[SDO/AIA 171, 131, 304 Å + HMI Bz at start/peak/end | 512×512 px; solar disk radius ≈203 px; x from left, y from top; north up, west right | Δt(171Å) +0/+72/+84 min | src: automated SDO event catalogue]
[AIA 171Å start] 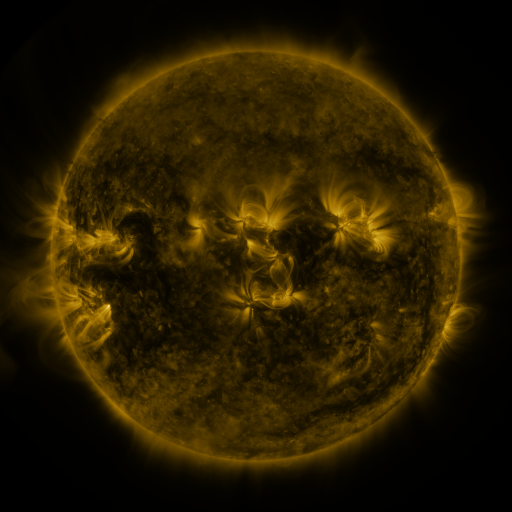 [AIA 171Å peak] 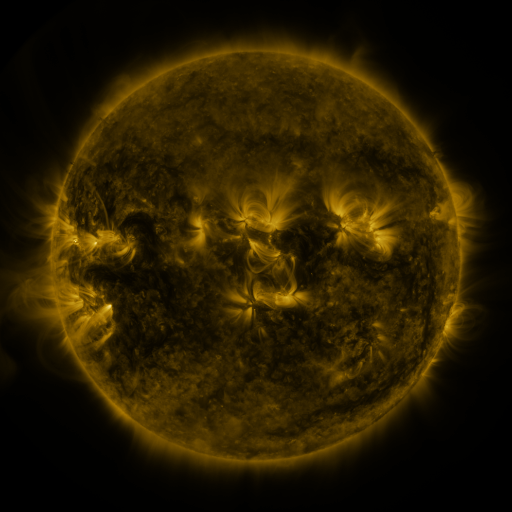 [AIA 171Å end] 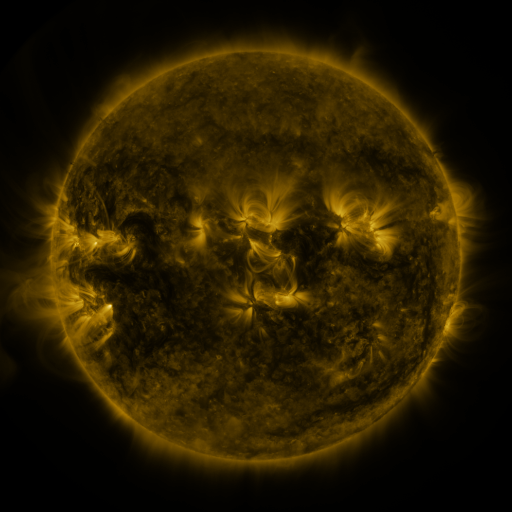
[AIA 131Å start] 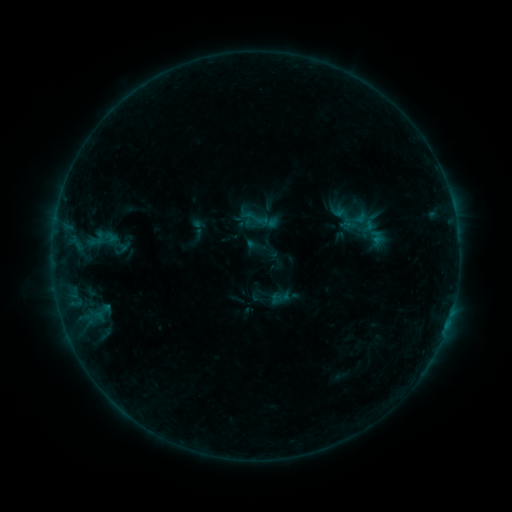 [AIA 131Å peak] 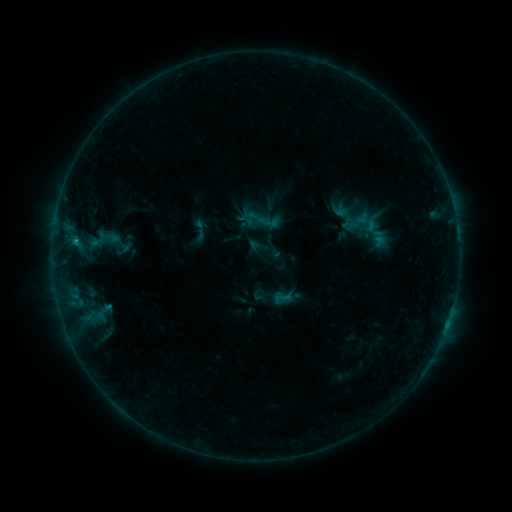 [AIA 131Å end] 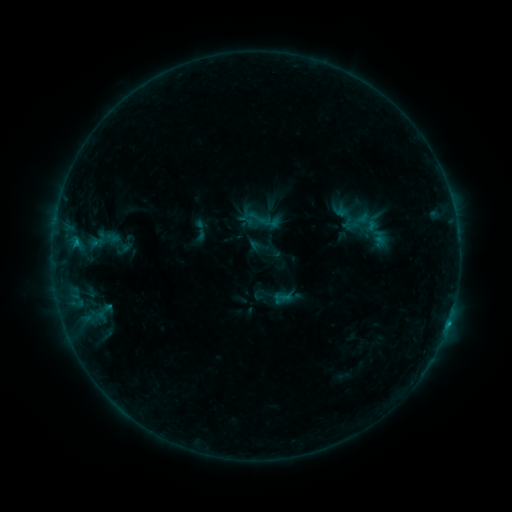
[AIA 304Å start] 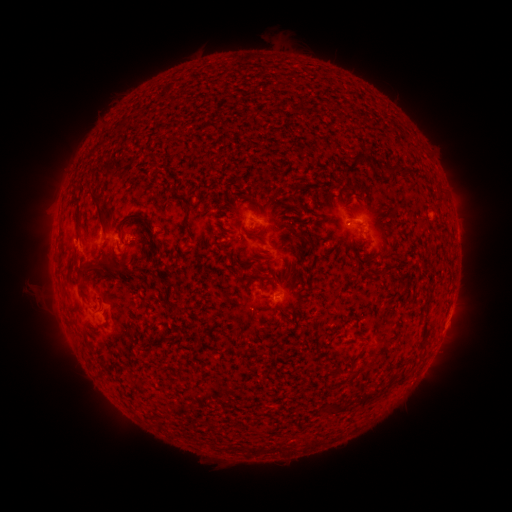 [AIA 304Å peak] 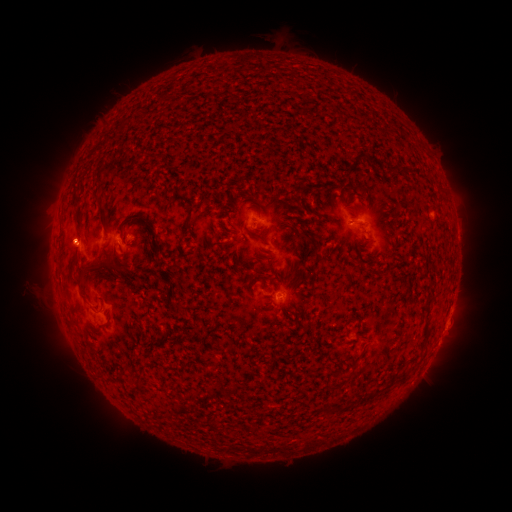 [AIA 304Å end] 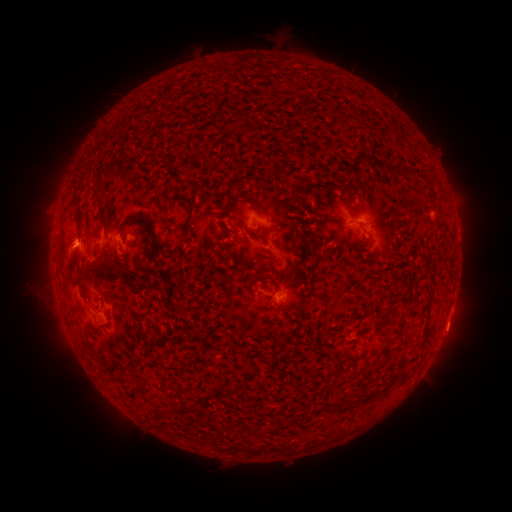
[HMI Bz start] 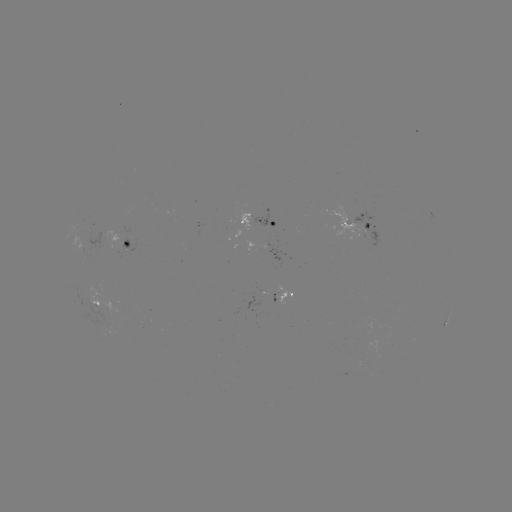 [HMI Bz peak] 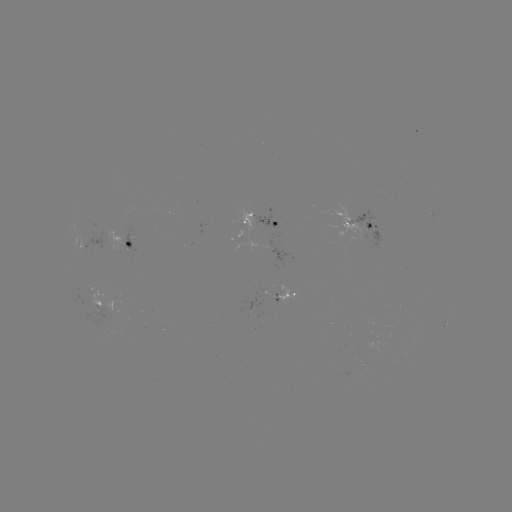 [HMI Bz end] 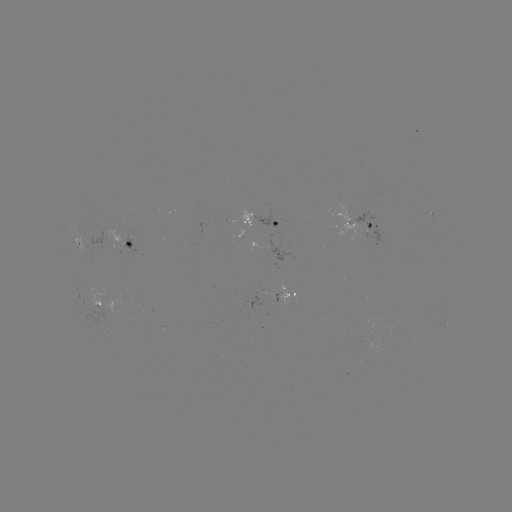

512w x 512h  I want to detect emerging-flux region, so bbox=[122, 226, 135, 256].